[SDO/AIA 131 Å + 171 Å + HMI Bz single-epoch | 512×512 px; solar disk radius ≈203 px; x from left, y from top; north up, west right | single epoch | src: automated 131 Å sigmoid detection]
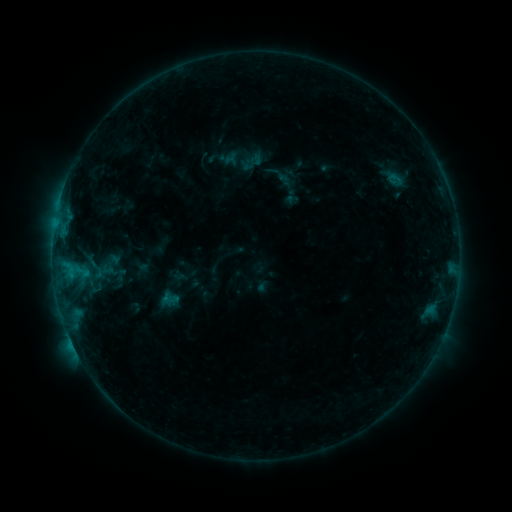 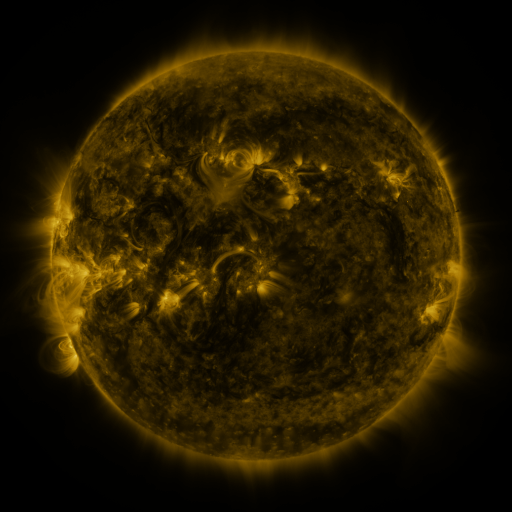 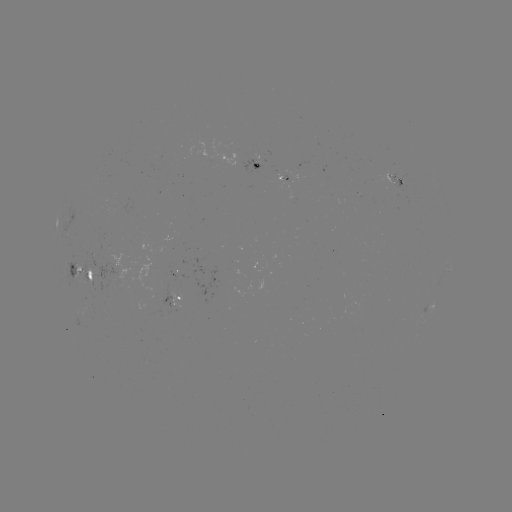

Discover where sigmoid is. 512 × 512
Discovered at (397, 178).